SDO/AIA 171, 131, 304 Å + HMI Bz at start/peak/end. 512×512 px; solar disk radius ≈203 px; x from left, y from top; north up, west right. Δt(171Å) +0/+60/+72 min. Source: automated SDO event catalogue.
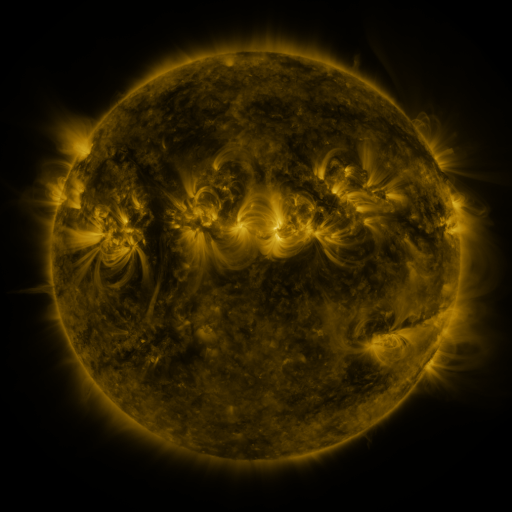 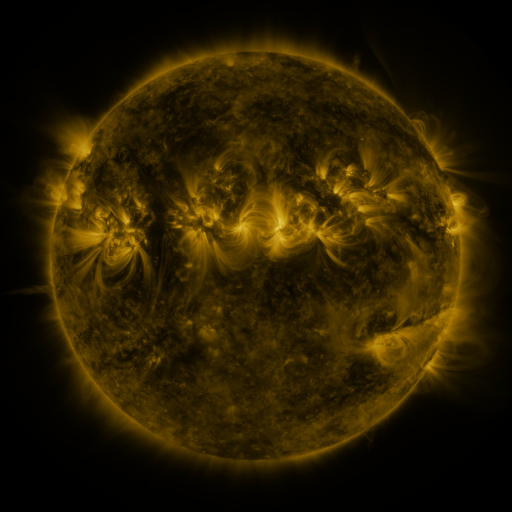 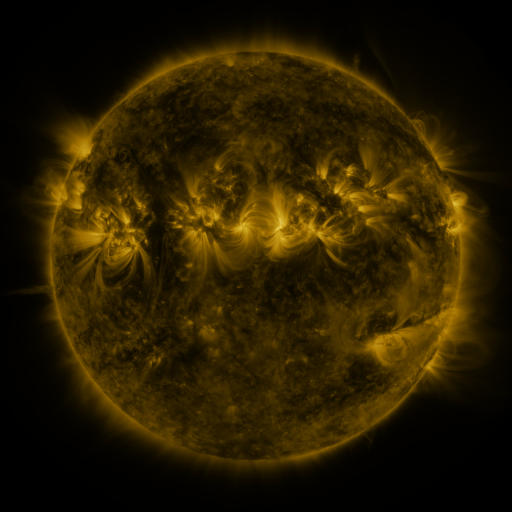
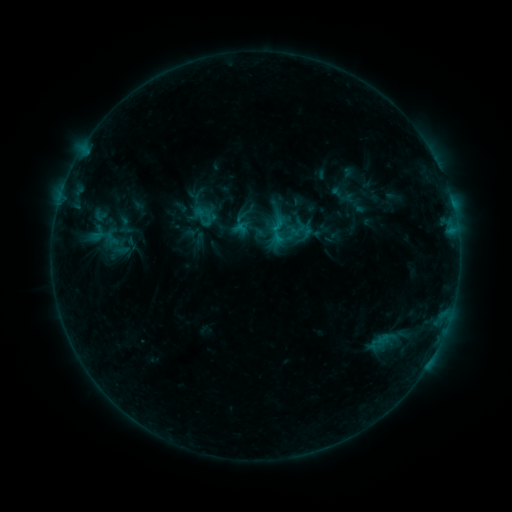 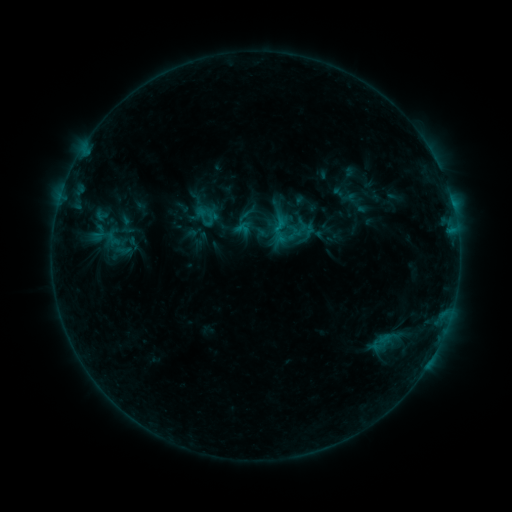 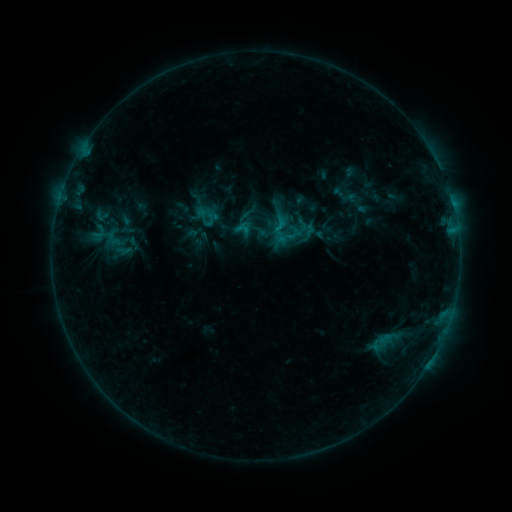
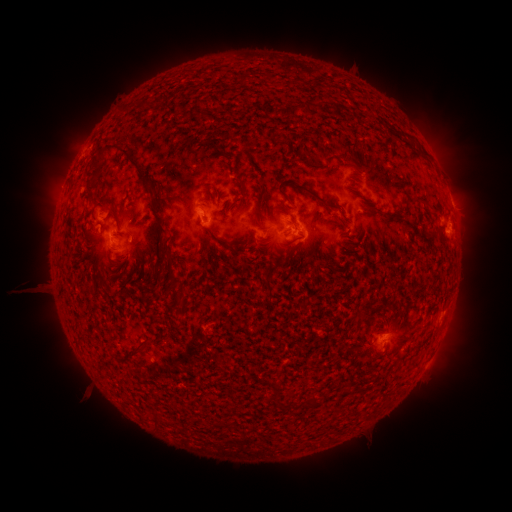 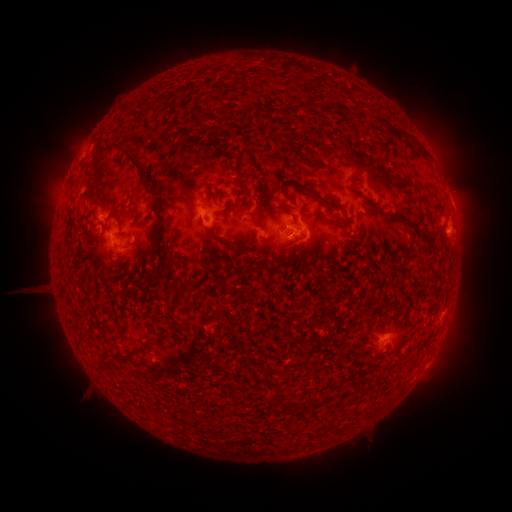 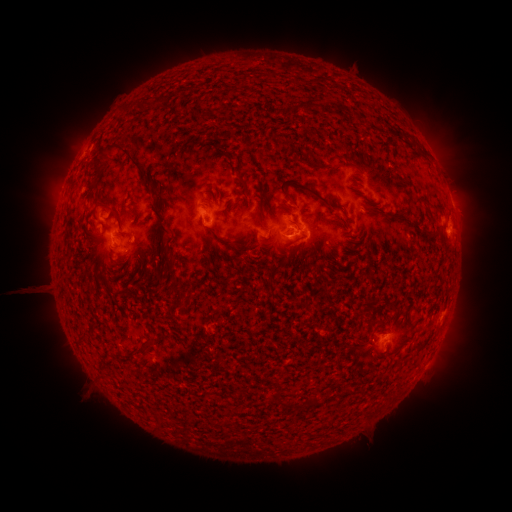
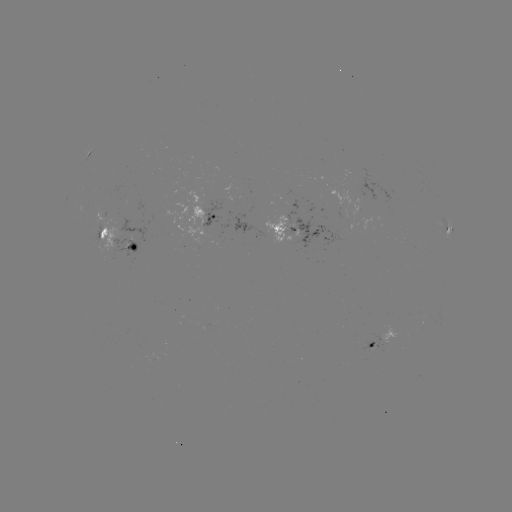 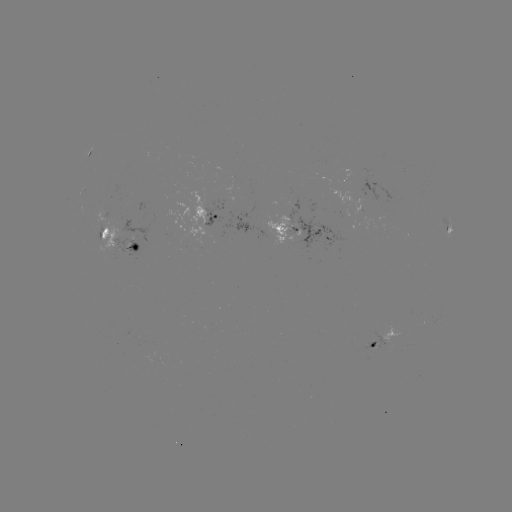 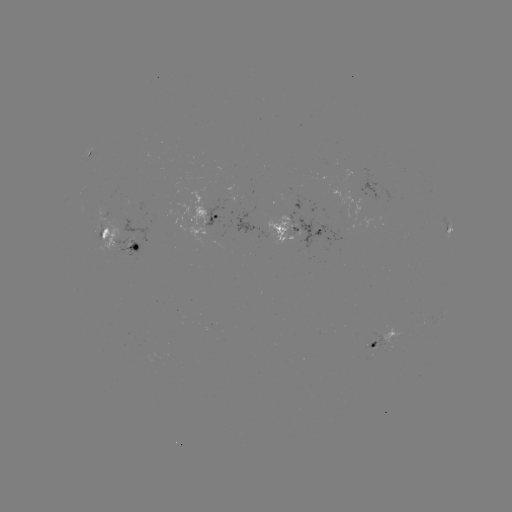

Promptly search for emerging-flux region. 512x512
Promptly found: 99,231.